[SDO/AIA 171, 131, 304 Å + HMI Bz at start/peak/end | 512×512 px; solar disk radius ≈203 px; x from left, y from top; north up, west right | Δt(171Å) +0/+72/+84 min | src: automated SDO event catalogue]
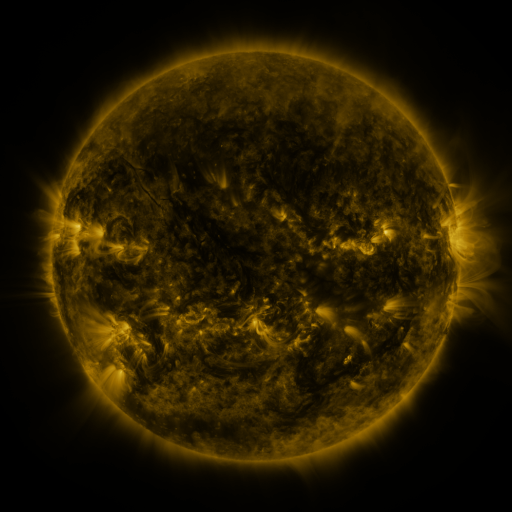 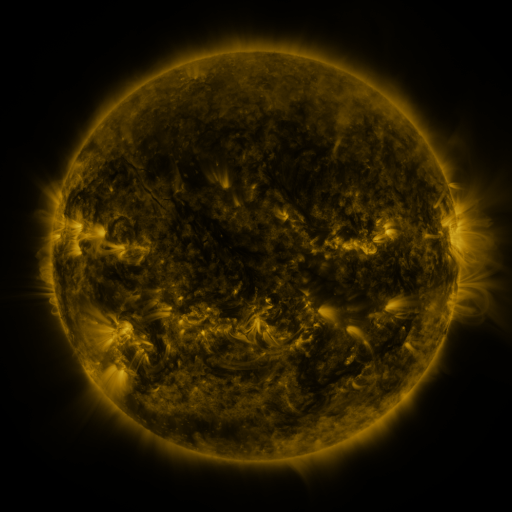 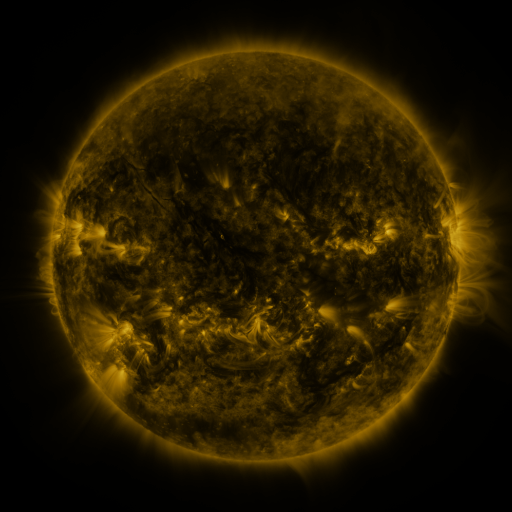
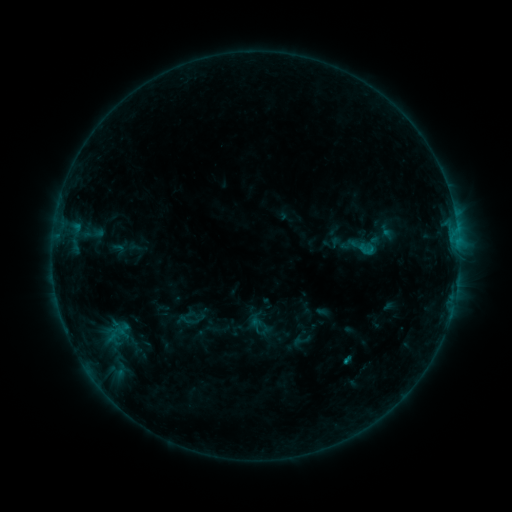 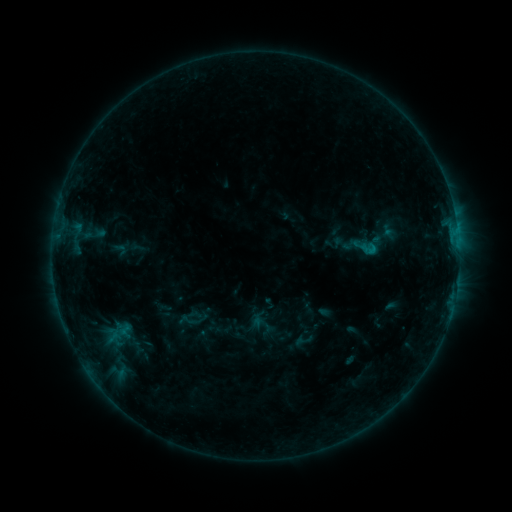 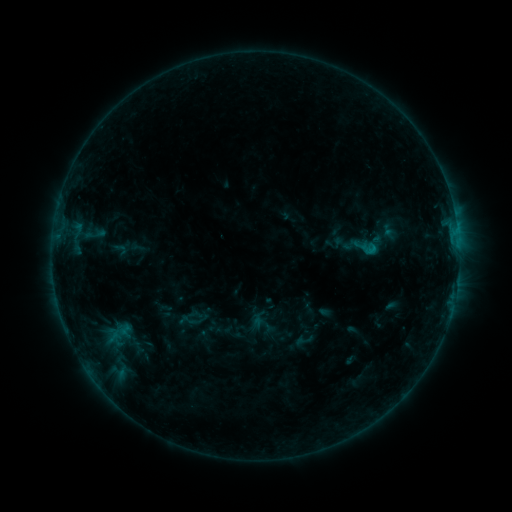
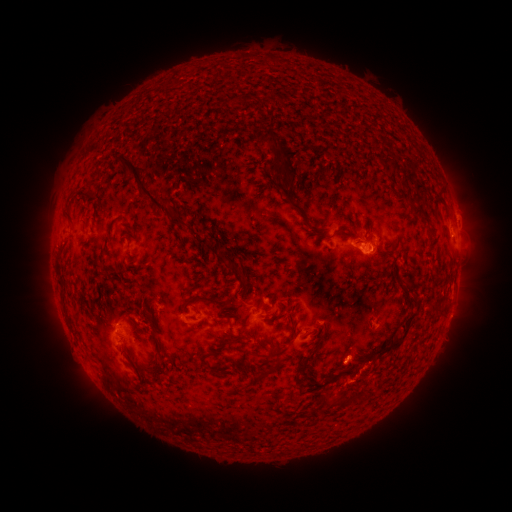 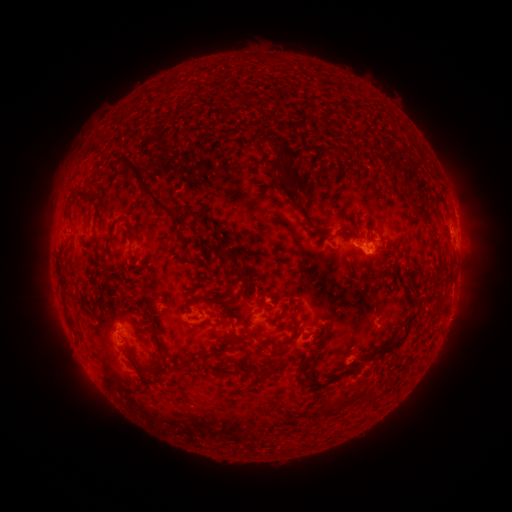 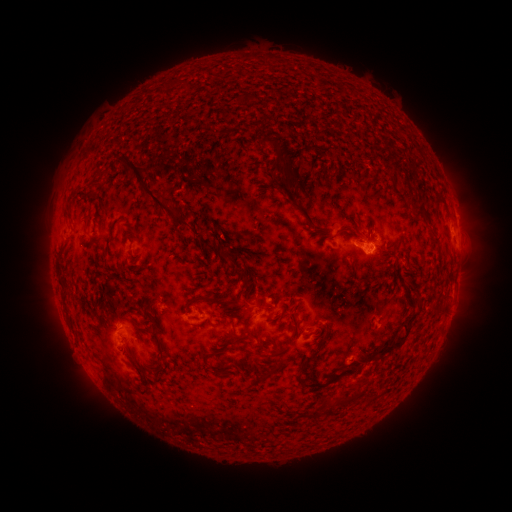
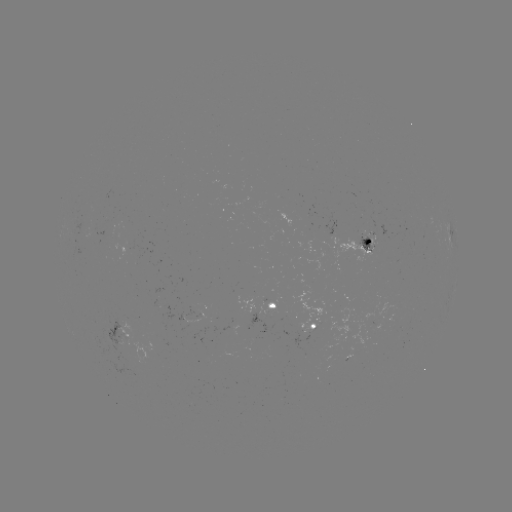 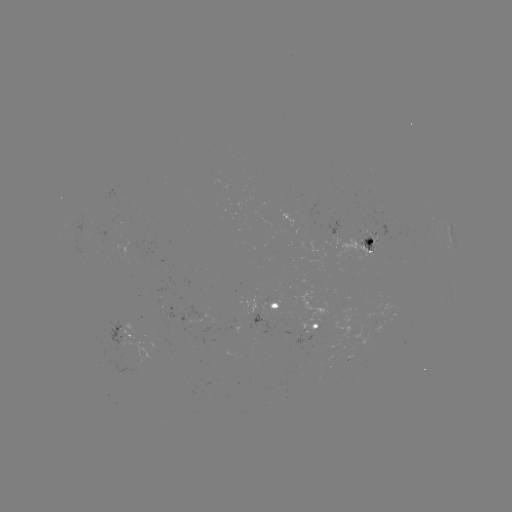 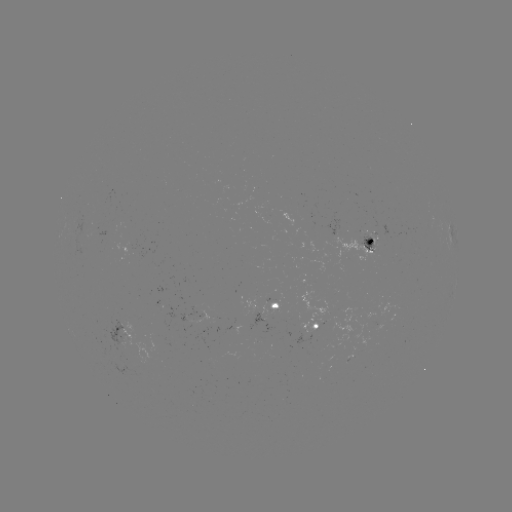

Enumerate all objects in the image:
emerging-flux region: (85, 231)
